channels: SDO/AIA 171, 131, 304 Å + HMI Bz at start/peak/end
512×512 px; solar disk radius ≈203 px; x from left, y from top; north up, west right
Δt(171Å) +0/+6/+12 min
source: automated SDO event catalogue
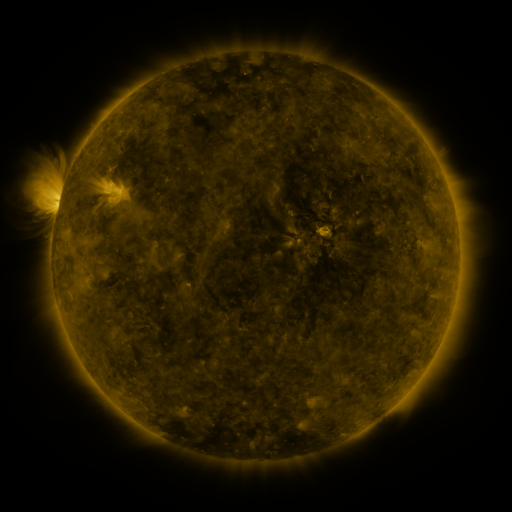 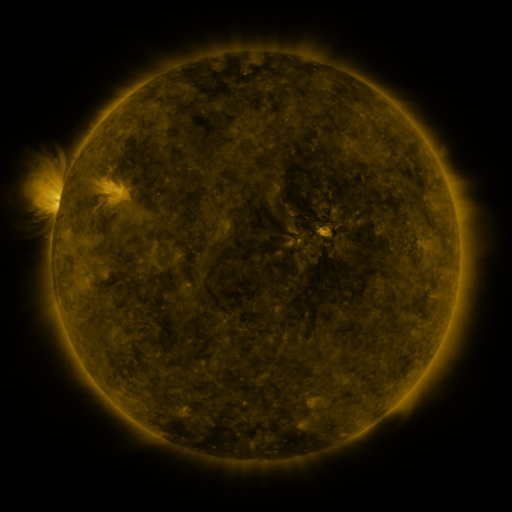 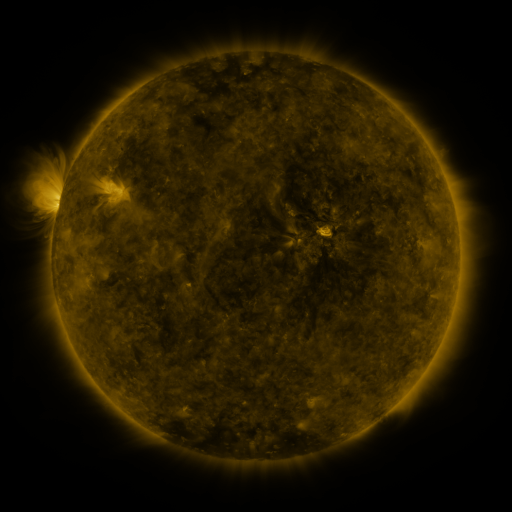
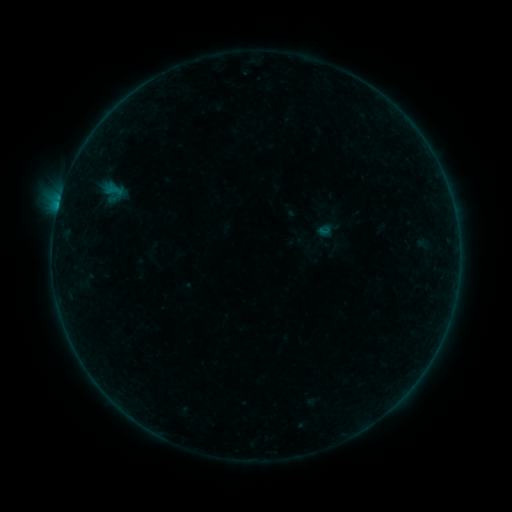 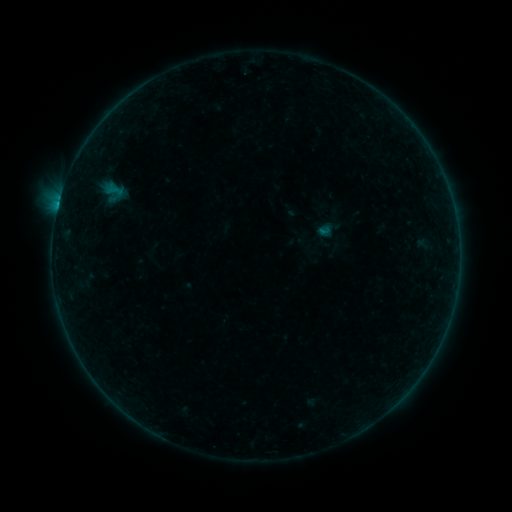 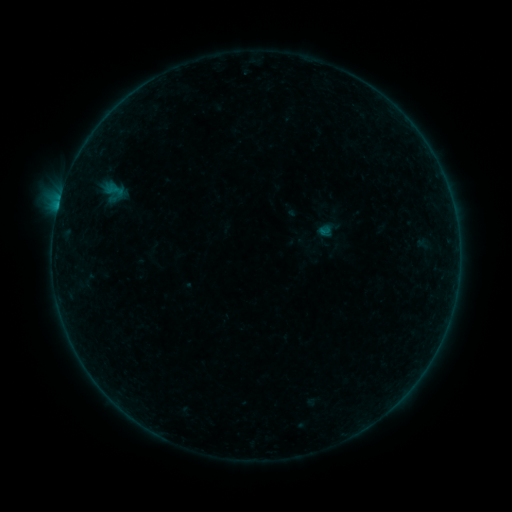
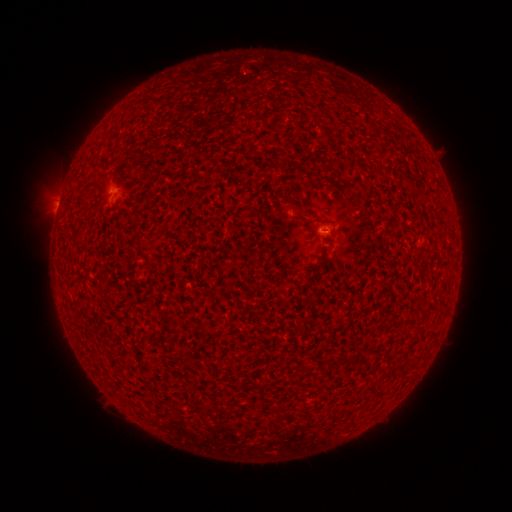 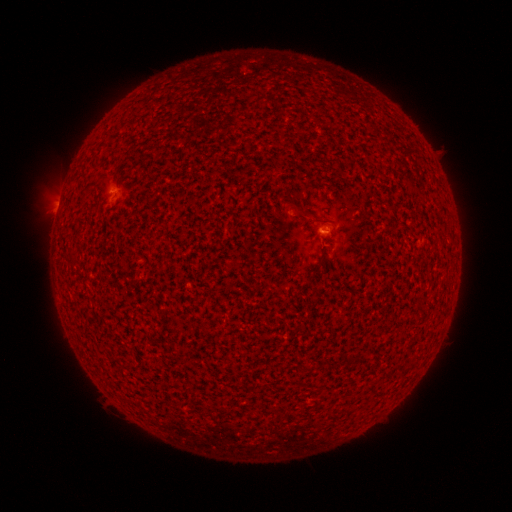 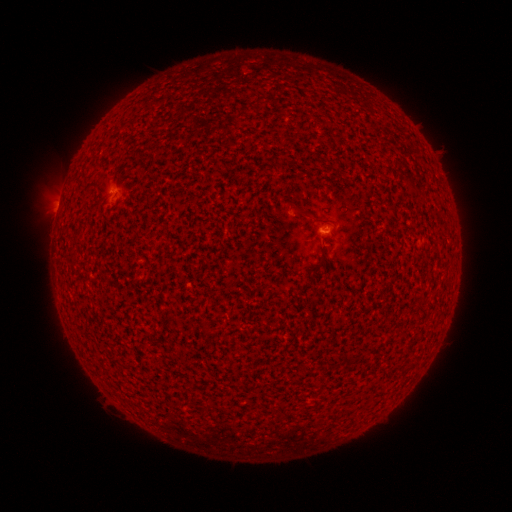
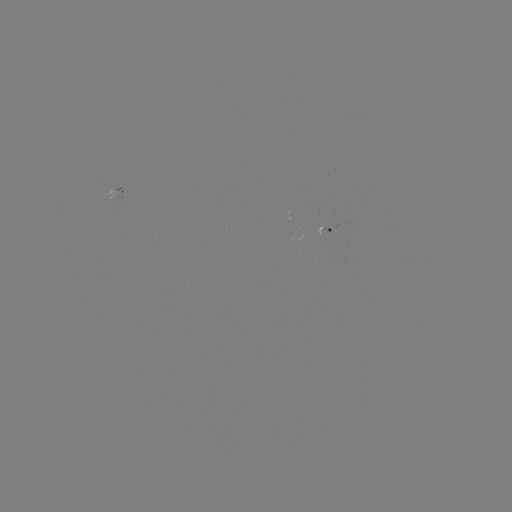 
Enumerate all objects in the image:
B1.4 flare: (58, 206)
